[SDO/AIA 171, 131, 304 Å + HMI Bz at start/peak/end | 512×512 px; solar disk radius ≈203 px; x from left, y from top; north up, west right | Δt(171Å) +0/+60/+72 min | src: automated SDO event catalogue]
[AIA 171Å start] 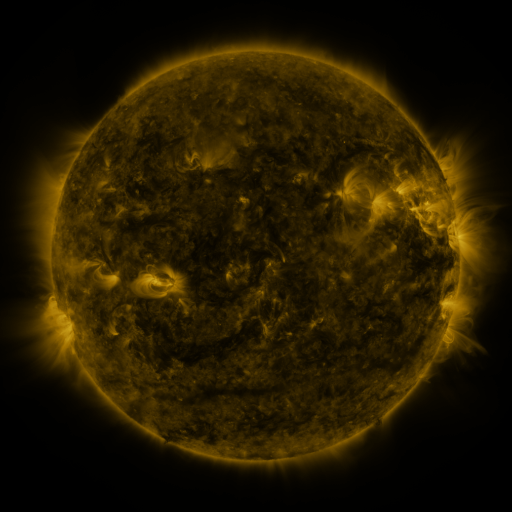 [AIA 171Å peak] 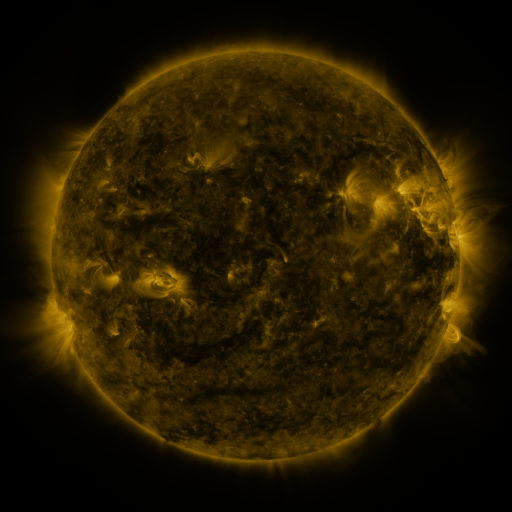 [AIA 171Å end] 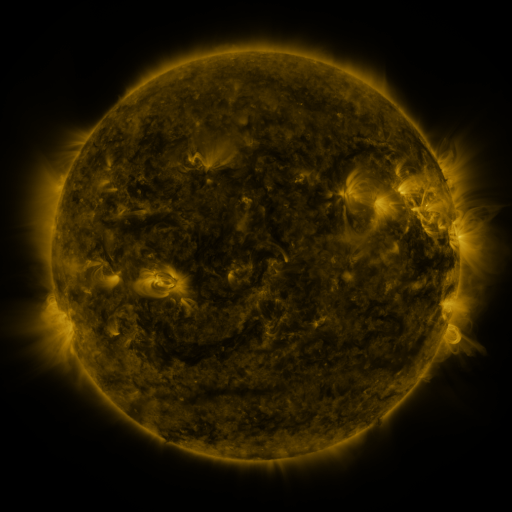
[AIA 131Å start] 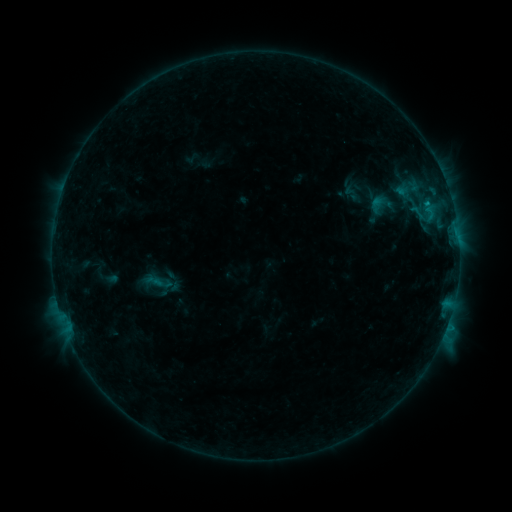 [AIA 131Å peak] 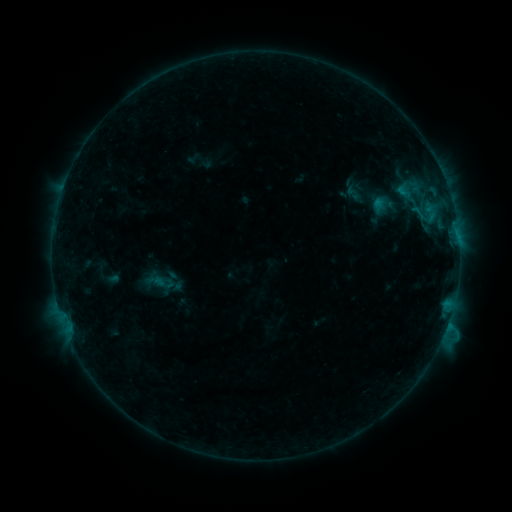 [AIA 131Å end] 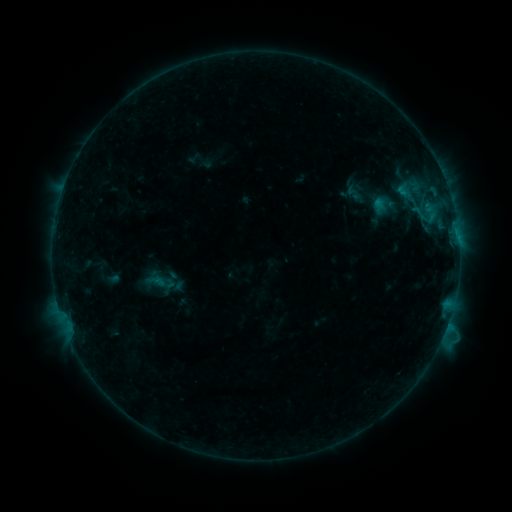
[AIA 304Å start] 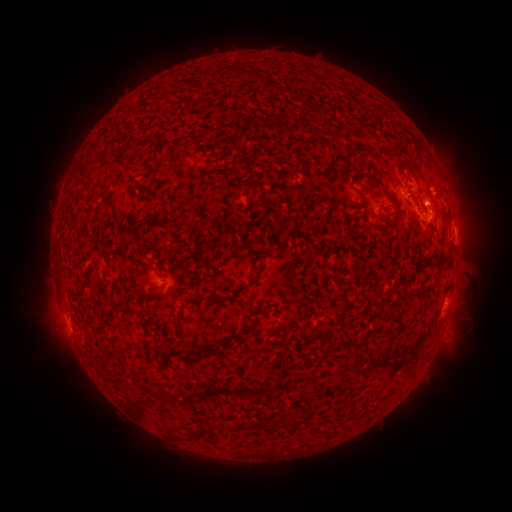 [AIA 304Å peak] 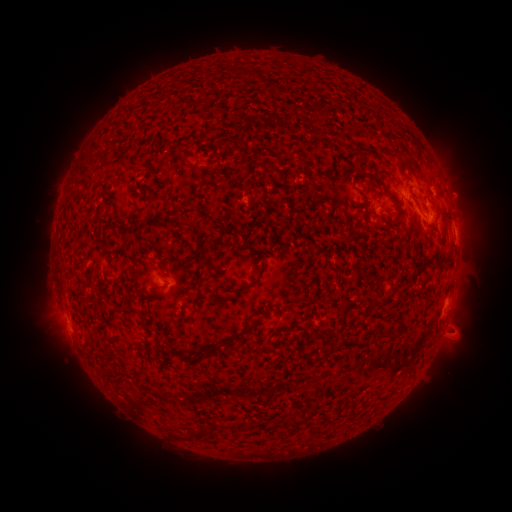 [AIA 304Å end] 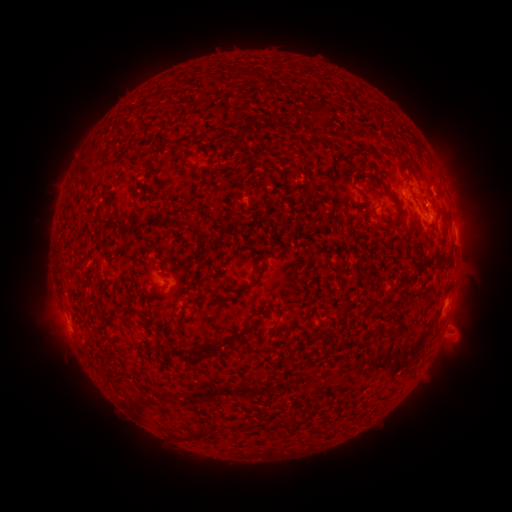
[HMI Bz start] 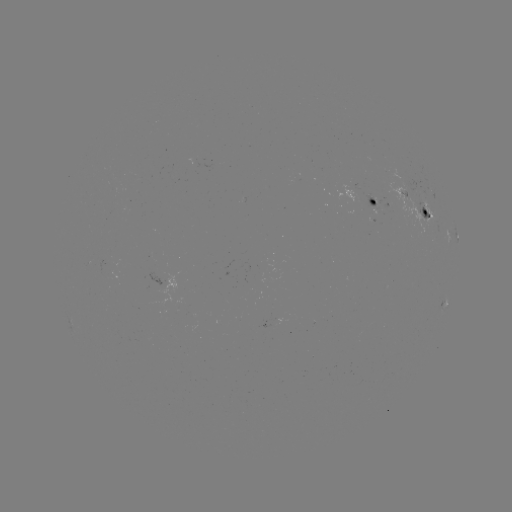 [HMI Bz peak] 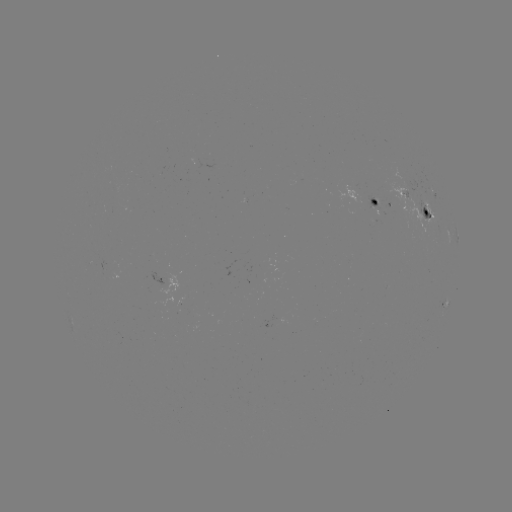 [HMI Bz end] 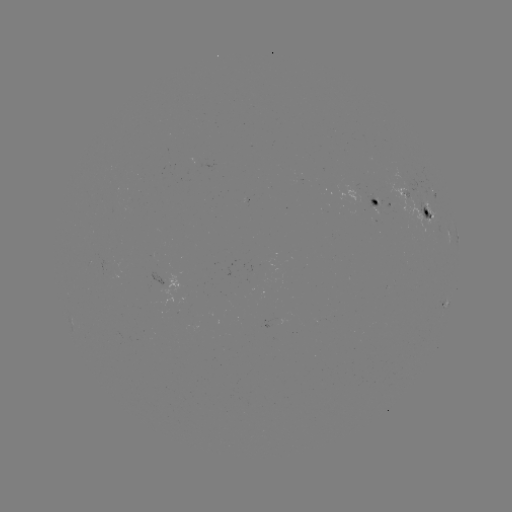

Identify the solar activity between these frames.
emerging-flux region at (405, 180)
